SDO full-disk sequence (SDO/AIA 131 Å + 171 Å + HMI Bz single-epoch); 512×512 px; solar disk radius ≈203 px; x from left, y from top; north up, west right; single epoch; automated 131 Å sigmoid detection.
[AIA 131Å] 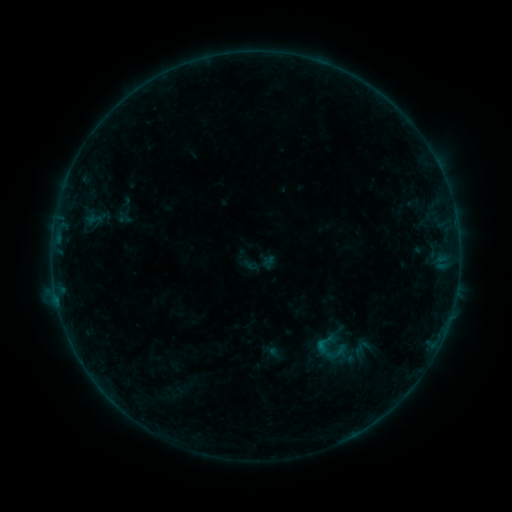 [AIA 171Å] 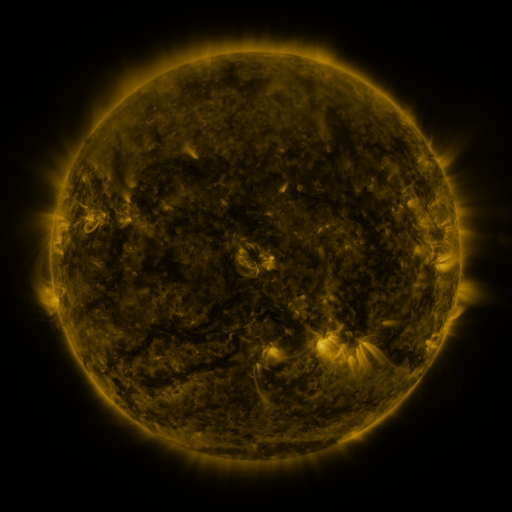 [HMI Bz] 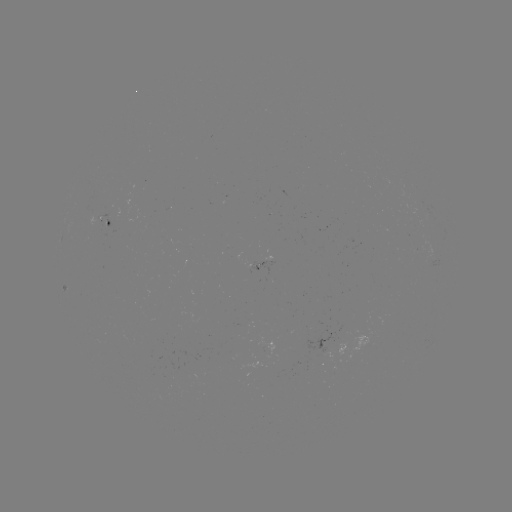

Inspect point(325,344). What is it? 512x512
sigmoid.